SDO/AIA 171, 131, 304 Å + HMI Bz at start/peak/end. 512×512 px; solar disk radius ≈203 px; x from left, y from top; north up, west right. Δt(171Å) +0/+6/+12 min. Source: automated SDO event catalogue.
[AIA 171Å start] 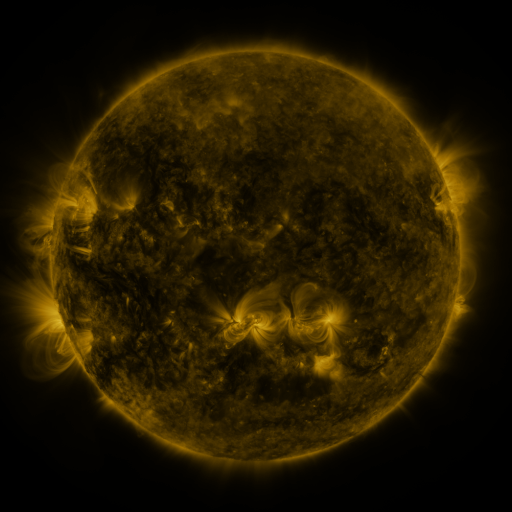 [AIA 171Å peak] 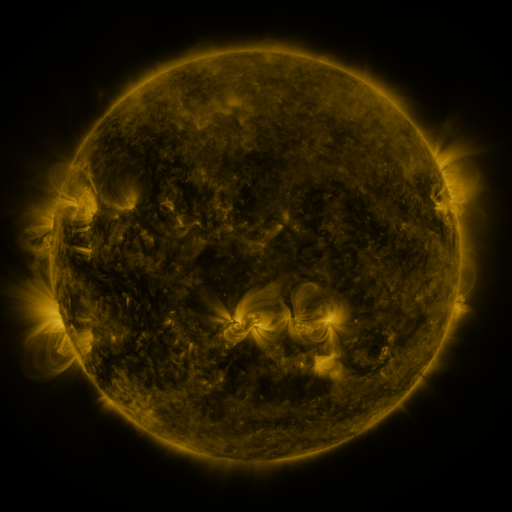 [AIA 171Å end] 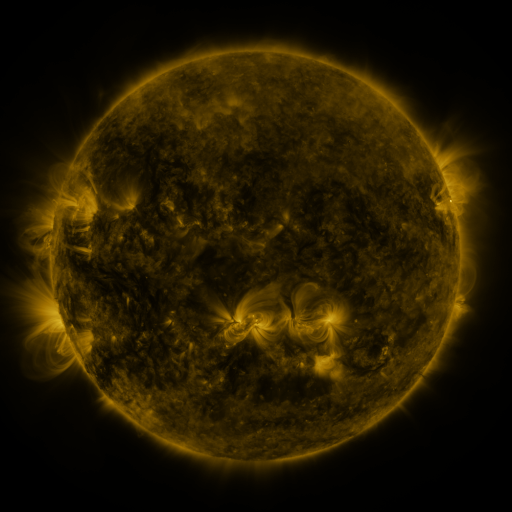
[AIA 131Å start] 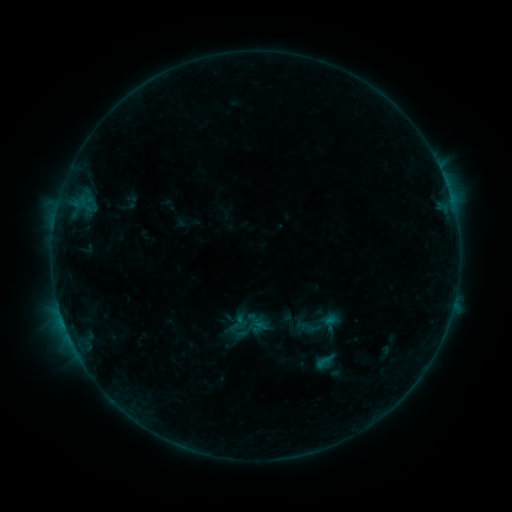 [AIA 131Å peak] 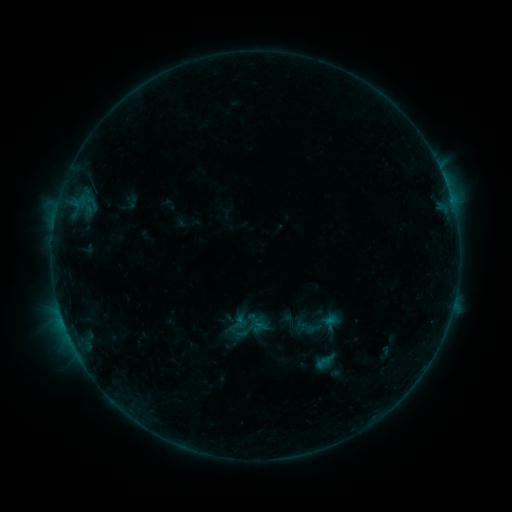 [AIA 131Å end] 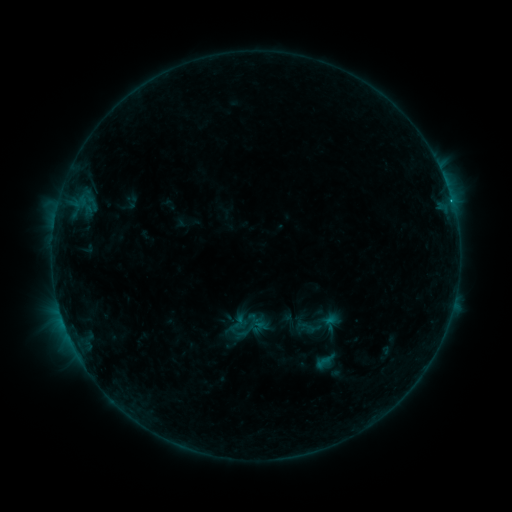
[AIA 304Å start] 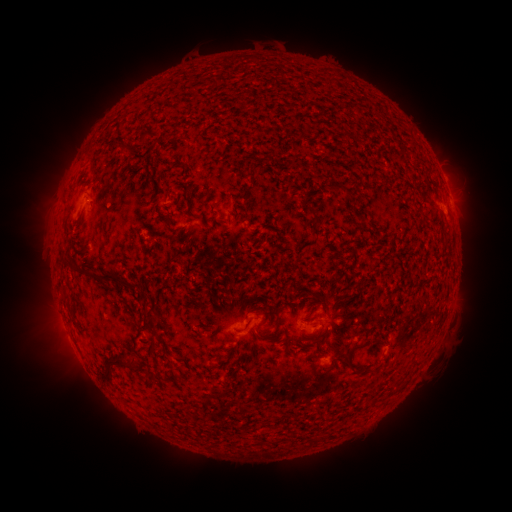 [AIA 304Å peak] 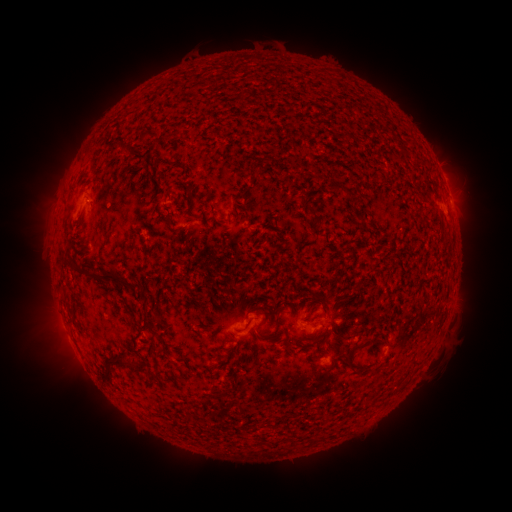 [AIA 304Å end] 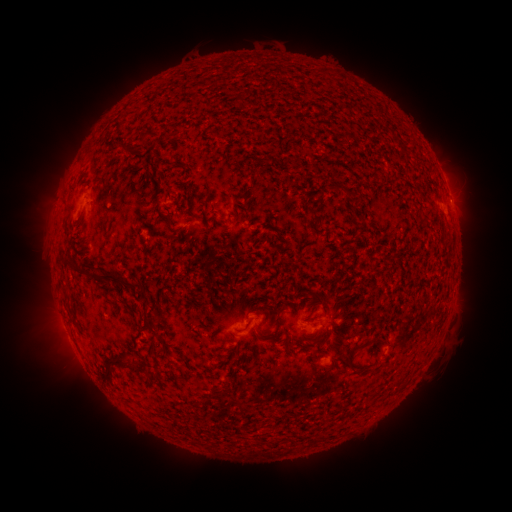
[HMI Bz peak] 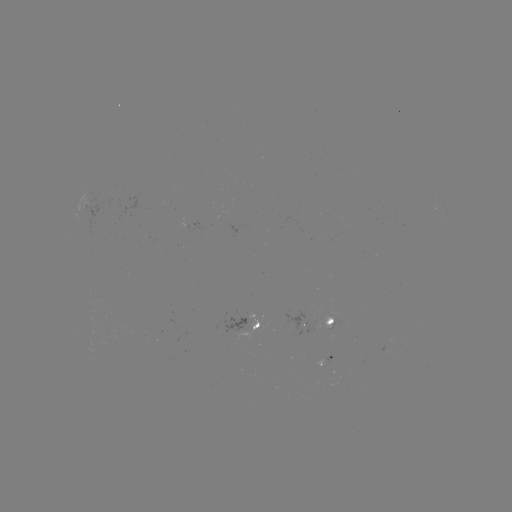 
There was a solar flare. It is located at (450, 202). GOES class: C1.1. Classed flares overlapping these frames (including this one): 1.